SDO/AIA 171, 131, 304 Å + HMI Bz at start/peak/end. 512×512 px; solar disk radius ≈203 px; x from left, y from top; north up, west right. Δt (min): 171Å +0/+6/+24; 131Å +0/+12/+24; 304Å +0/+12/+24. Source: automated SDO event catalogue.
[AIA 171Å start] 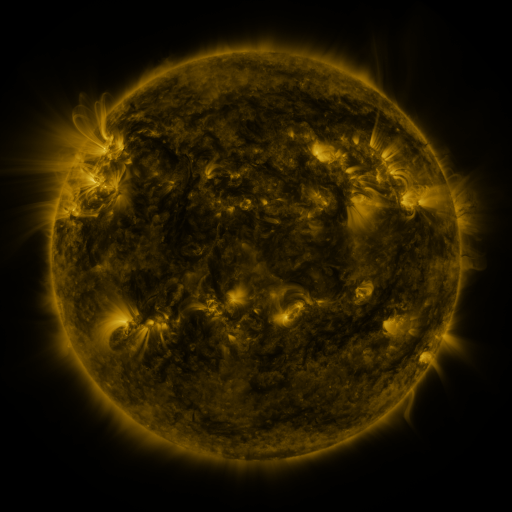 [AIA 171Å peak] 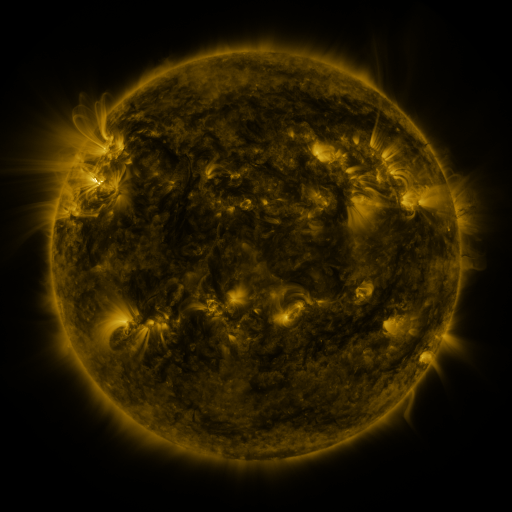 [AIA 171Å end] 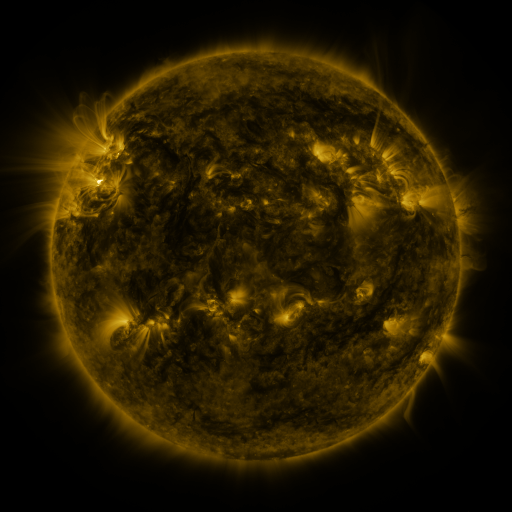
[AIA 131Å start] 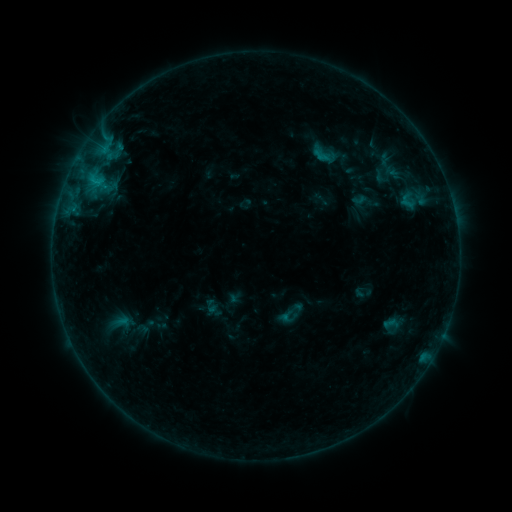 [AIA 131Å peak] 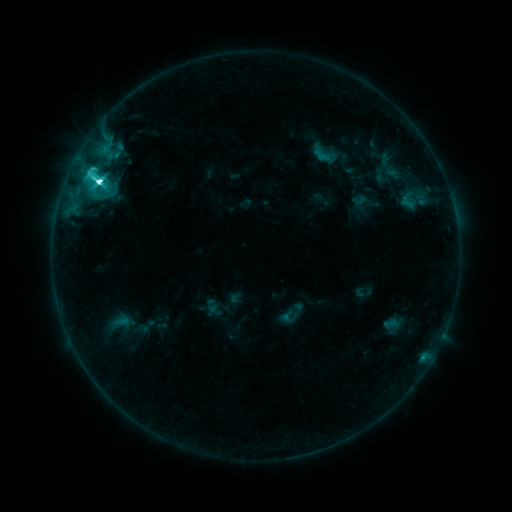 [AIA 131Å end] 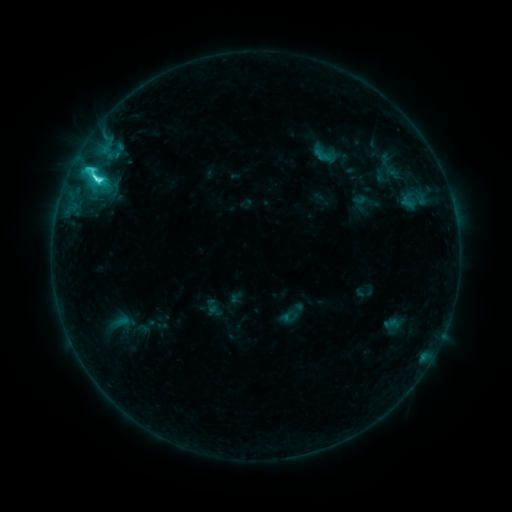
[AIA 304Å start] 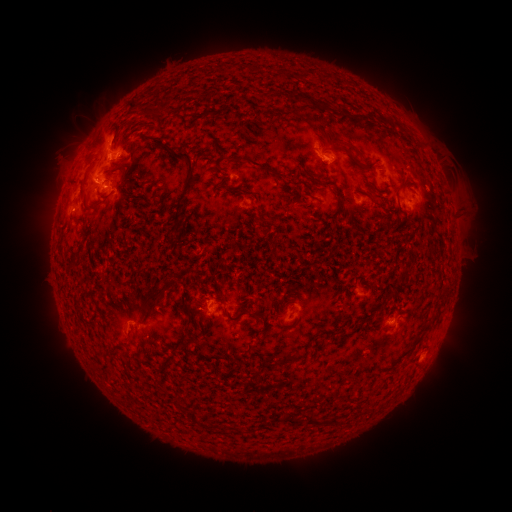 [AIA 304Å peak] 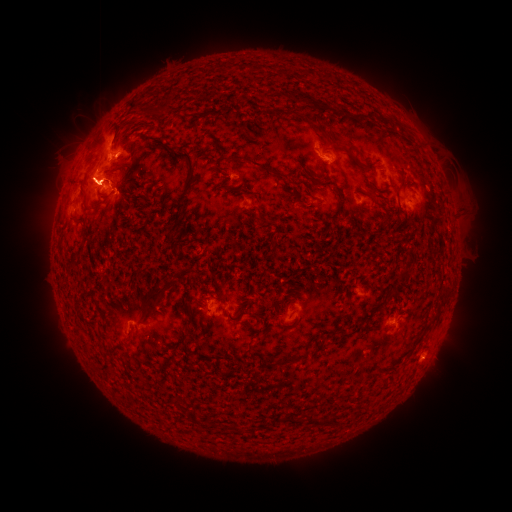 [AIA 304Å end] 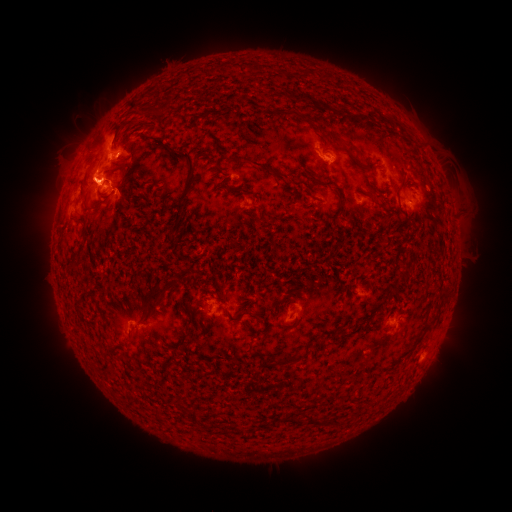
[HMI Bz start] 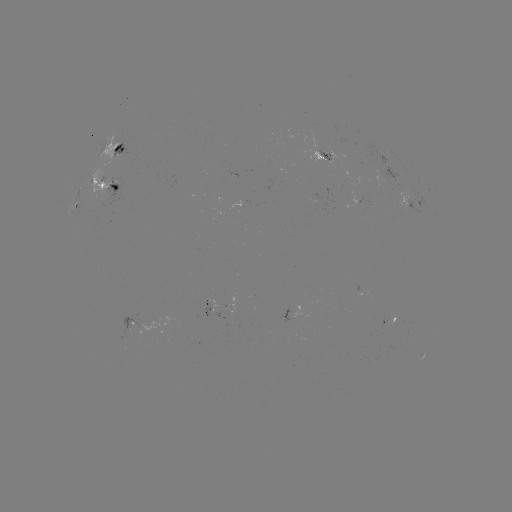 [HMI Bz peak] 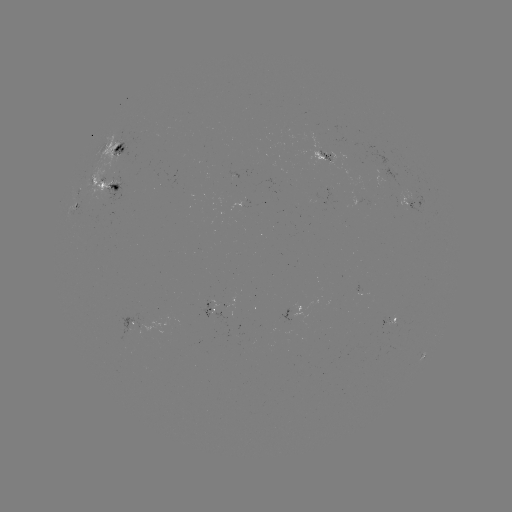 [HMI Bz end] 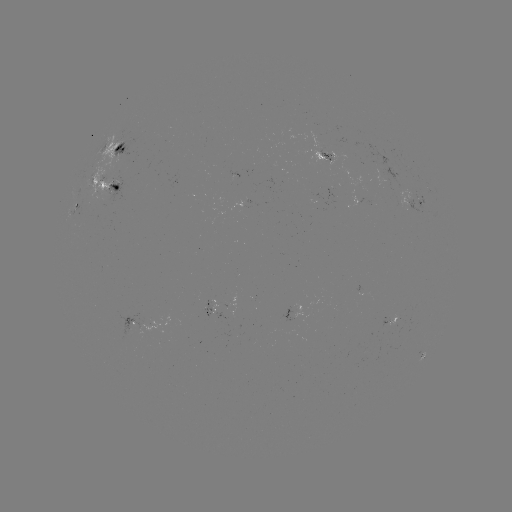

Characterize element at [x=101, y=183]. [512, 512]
M1.0 flare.